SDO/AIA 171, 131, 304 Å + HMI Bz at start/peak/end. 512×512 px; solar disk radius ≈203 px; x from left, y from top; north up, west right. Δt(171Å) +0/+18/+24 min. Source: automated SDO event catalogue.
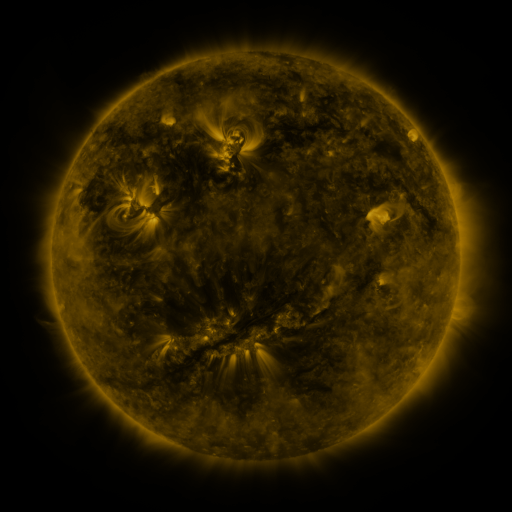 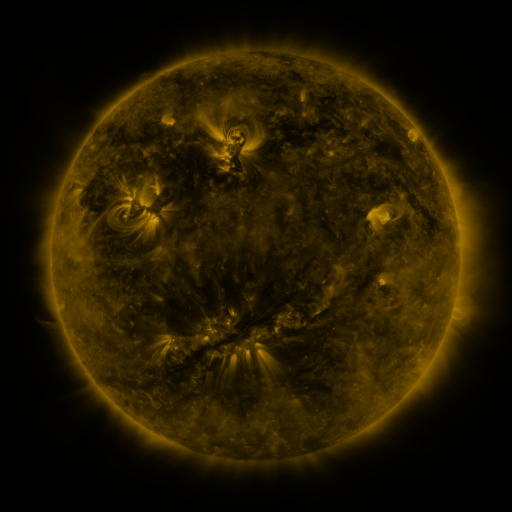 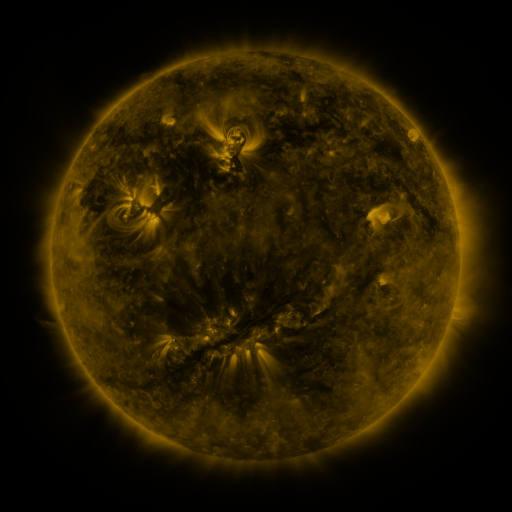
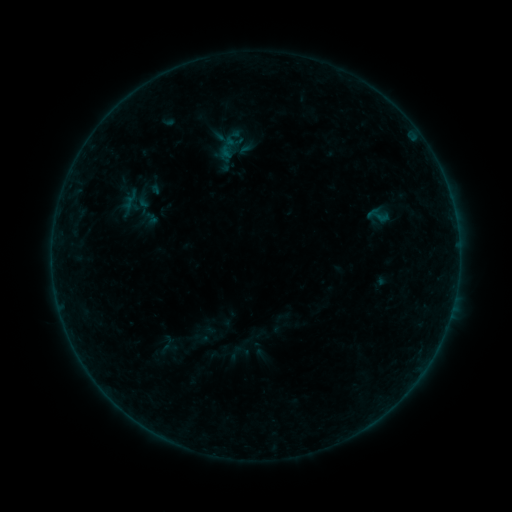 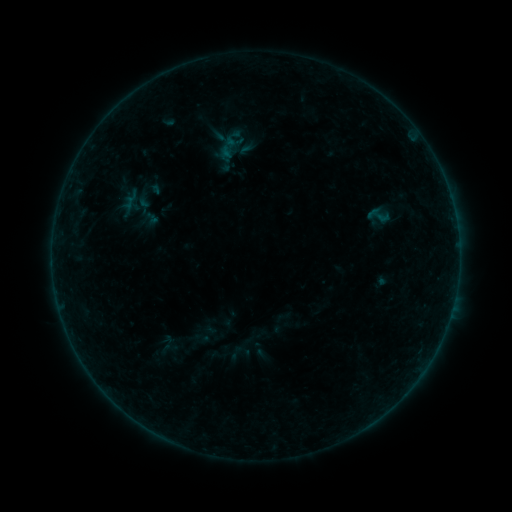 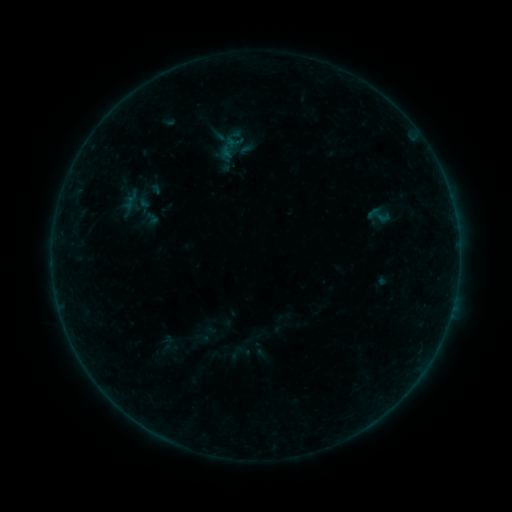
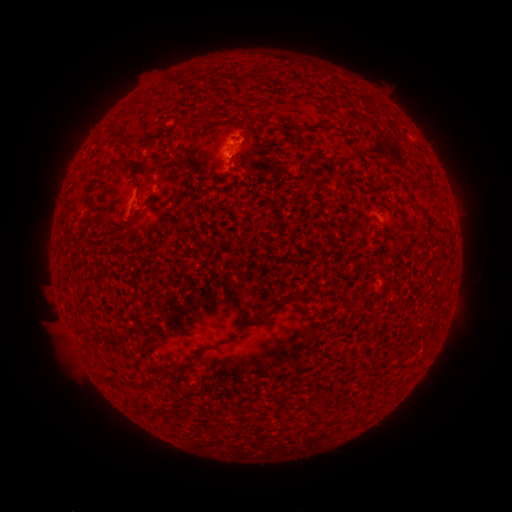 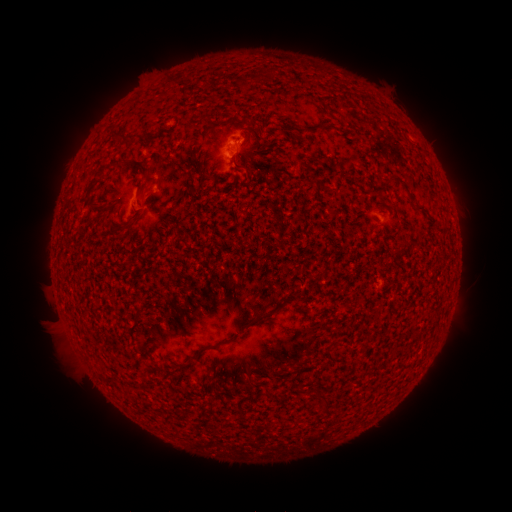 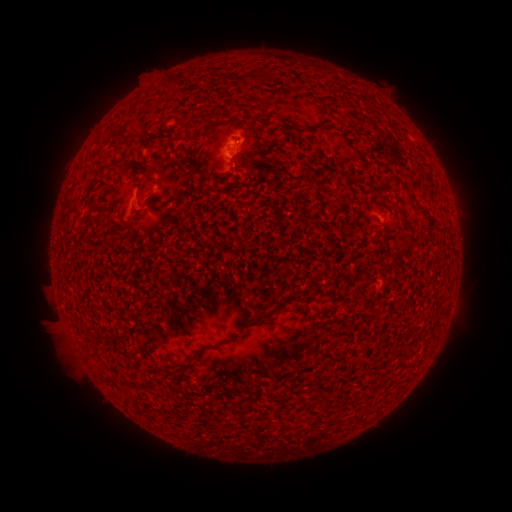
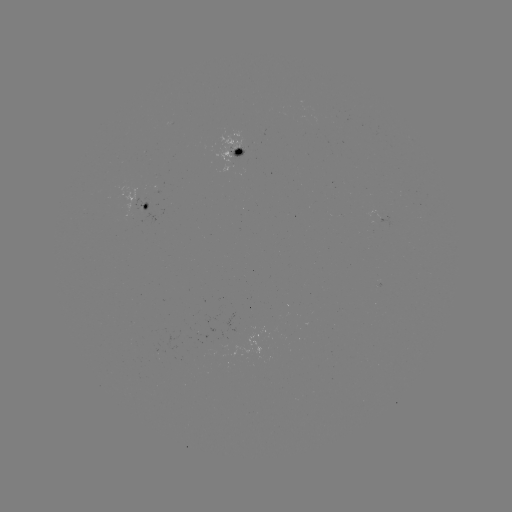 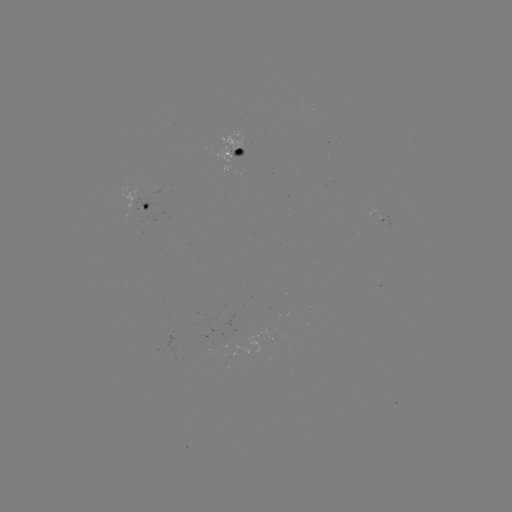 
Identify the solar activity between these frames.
B1.3 flare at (228, 154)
